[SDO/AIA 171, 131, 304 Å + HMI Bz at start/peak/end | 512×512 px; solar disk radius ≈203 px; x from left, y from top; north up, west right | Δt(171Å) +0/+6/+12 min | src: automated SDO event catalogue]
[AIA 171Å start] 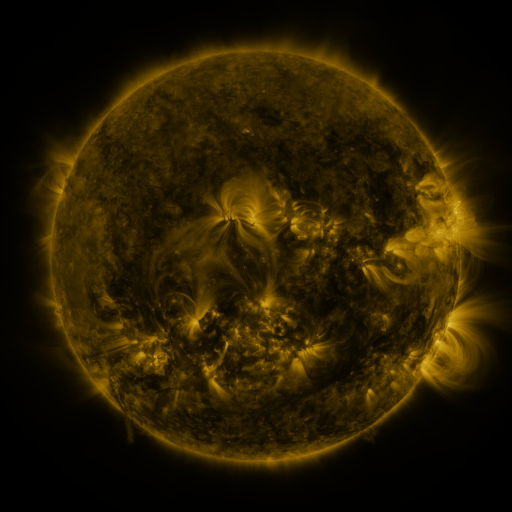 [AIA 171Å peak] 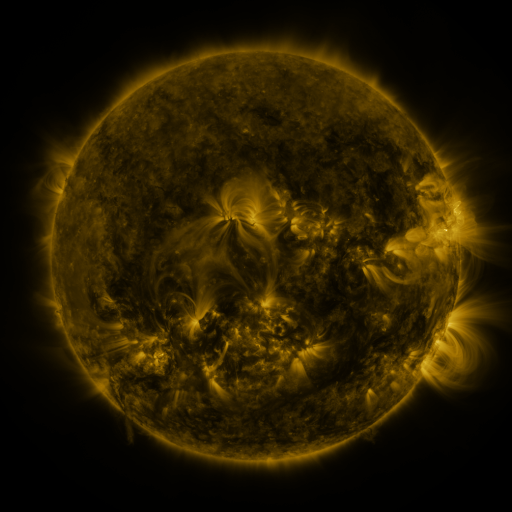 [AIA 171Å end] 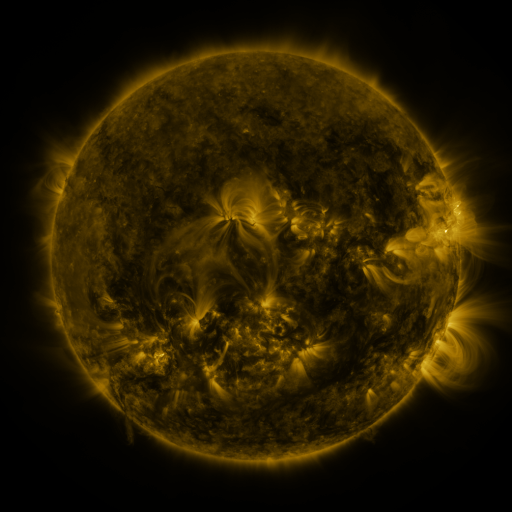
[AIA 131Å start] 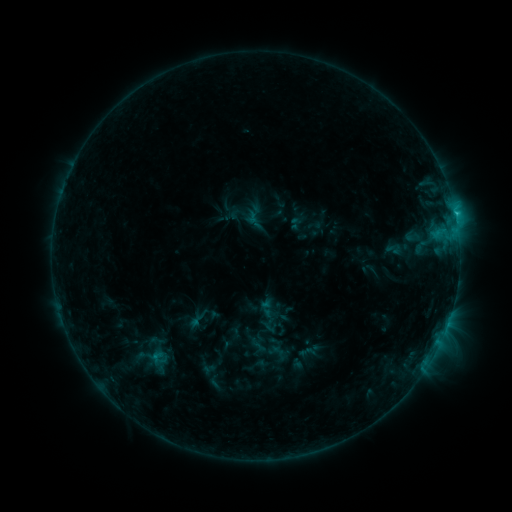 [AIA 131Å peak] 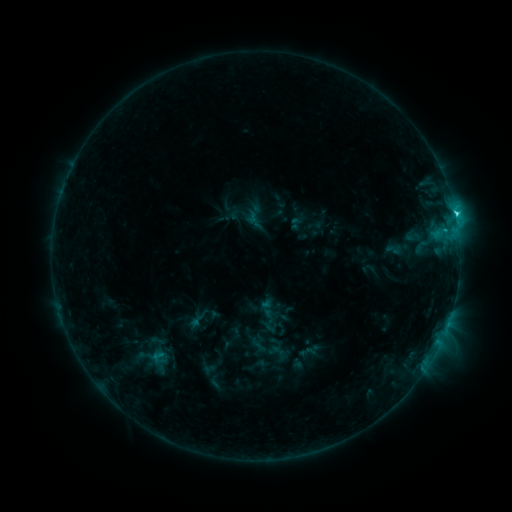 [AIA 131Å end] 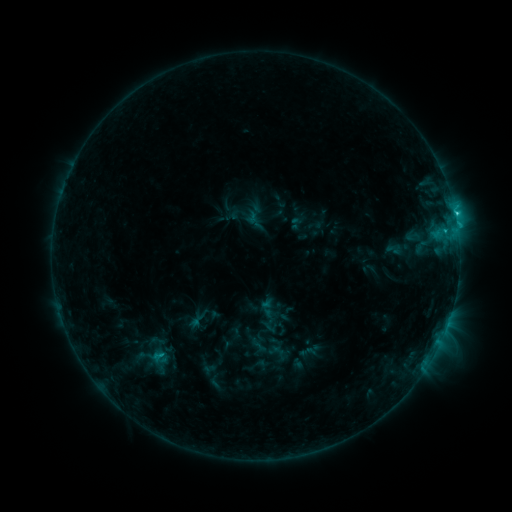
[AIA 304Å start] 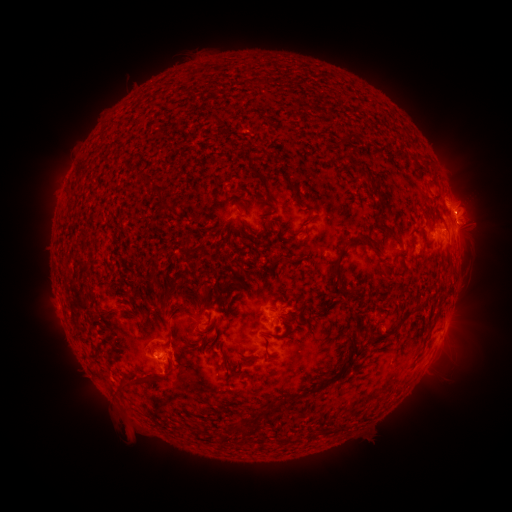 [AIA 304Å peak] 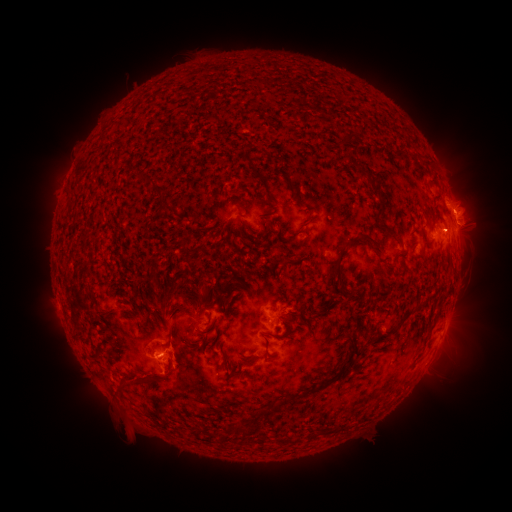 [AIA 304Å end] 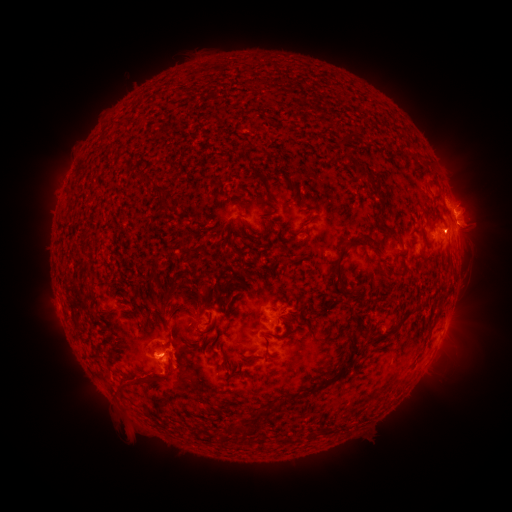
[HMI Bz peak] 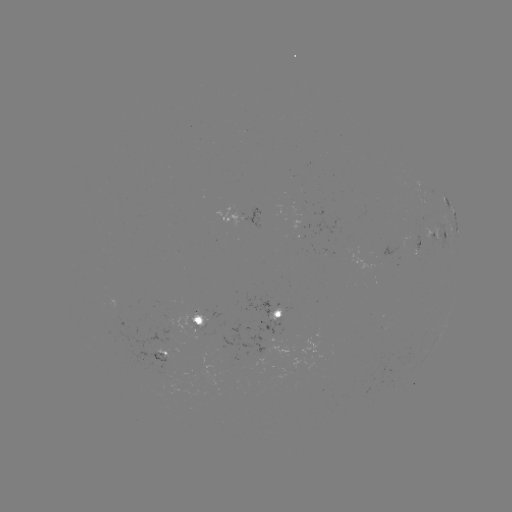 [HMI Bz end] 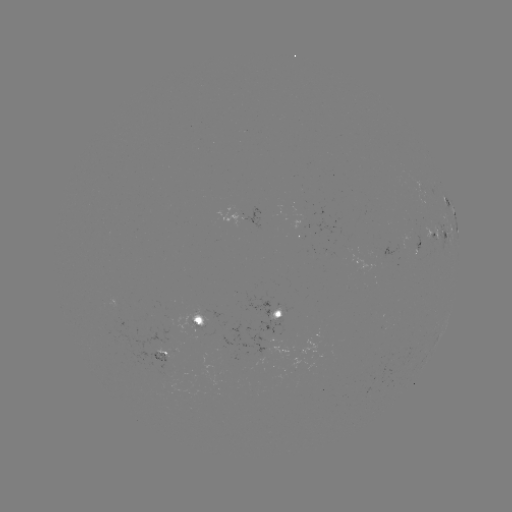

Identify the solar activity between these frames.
C2.8 flare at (455, 218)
